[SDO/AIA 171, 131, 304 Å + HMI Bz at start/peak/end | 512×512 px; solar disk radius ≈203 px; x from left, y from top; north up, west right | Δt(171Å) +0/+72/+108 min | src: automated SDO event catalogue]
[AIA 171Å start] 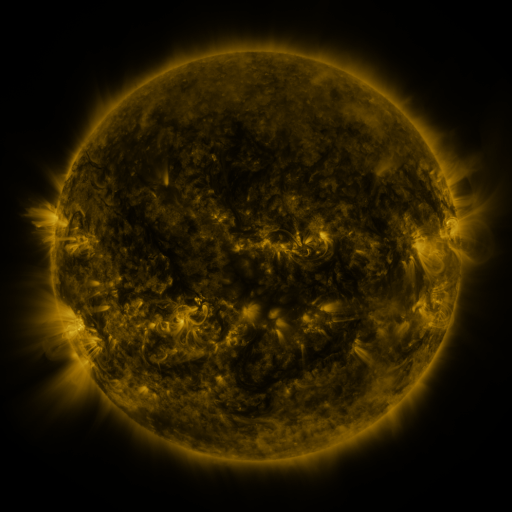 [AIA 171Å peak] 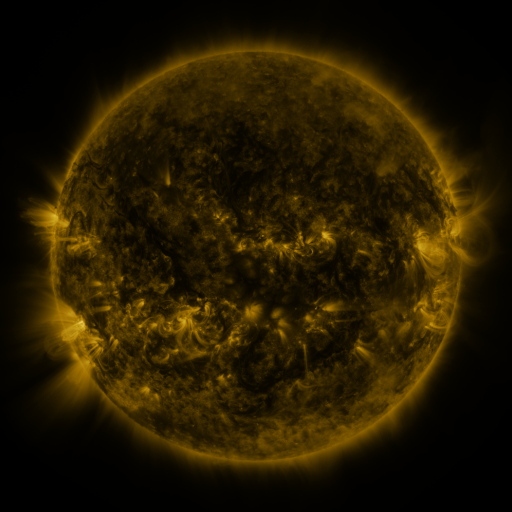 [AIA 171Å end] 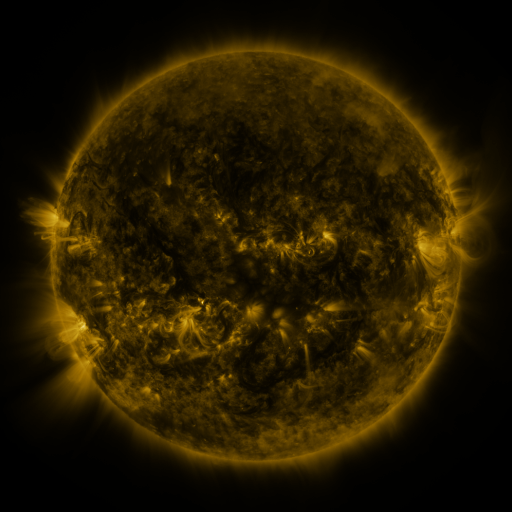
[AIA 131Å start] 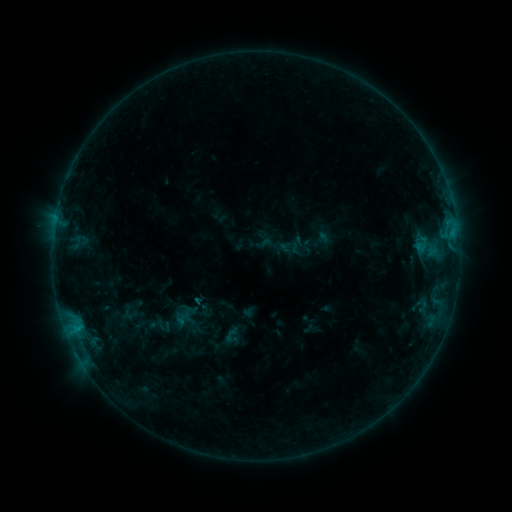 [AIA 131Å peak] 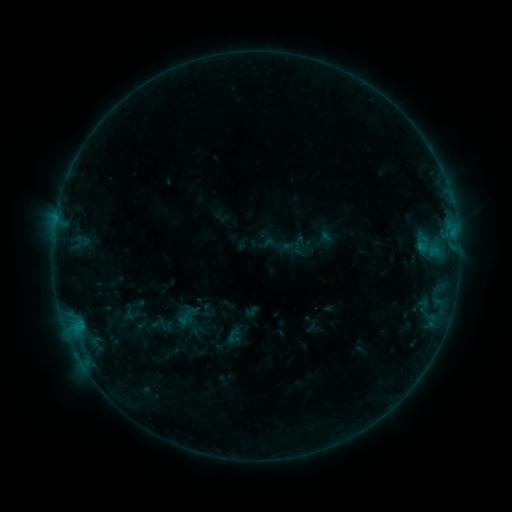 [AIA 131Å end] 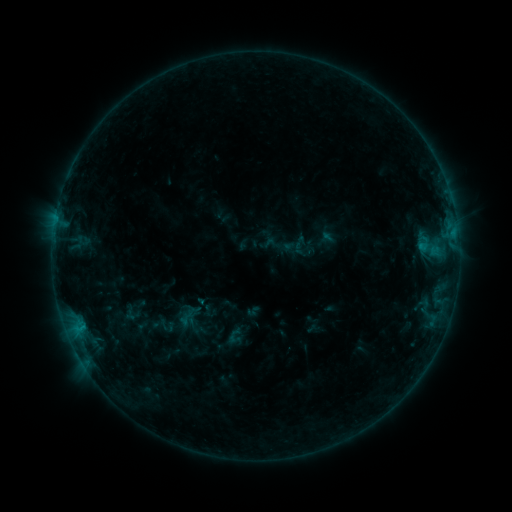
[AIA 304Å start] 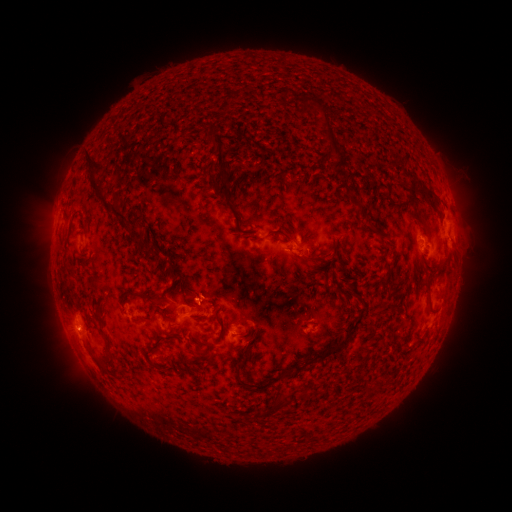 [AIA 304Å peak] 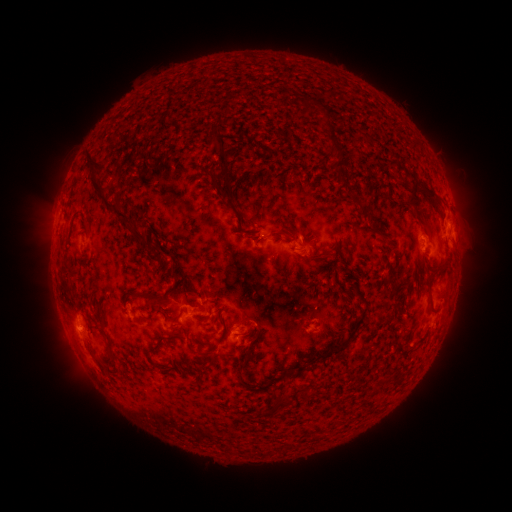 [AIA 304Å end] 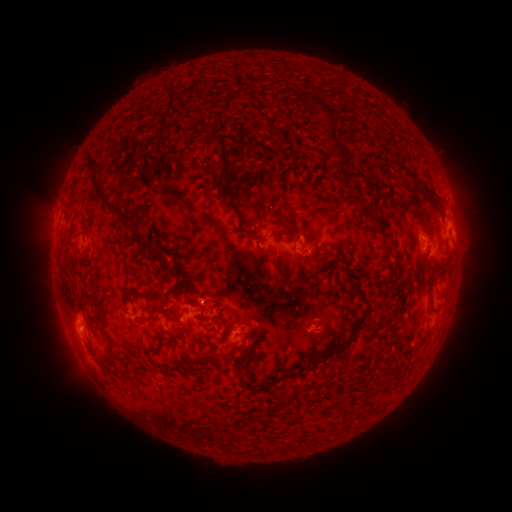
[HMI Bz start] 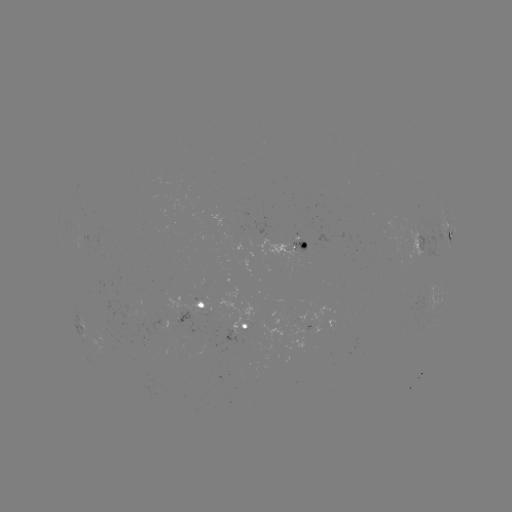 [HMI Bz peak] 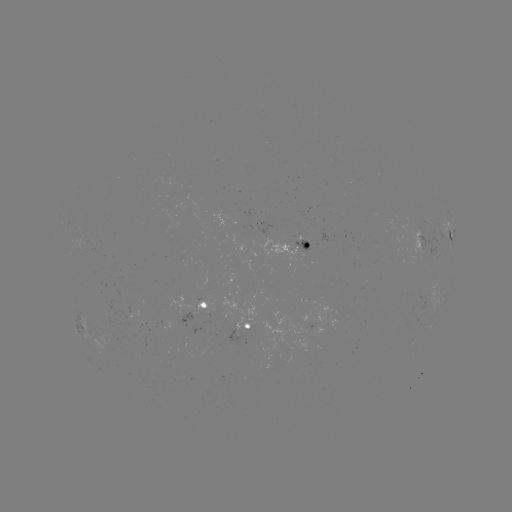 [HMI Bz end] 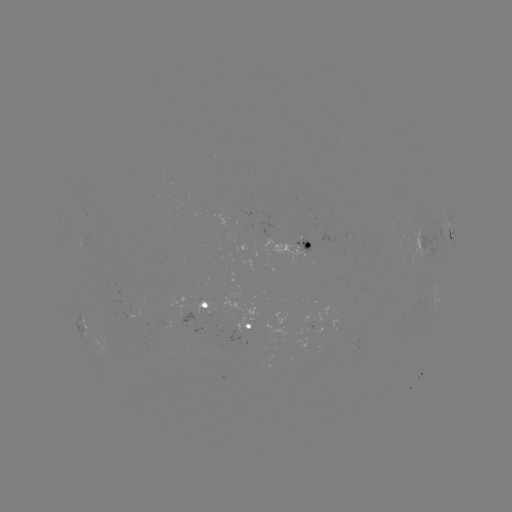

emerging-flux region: <bbox>293, 239, 312, 253</bbox>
